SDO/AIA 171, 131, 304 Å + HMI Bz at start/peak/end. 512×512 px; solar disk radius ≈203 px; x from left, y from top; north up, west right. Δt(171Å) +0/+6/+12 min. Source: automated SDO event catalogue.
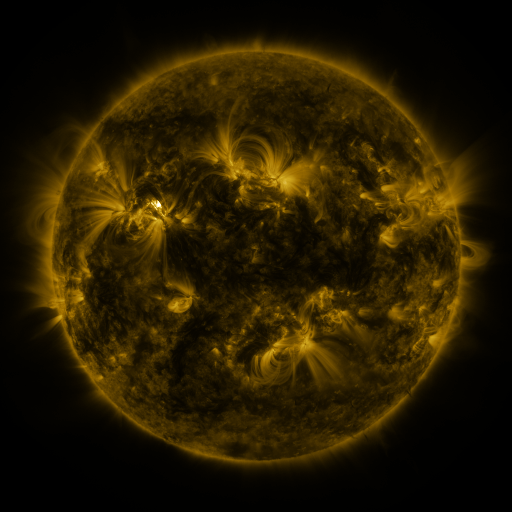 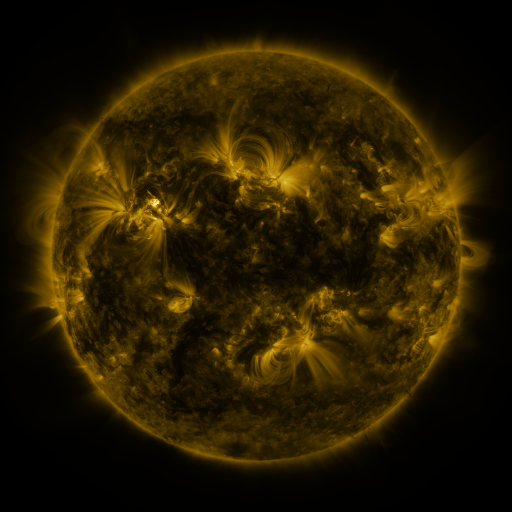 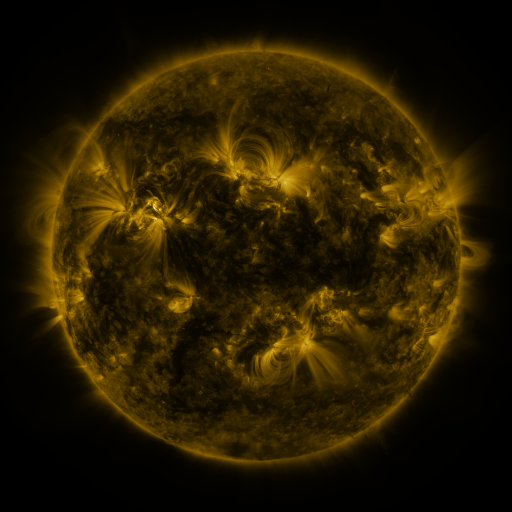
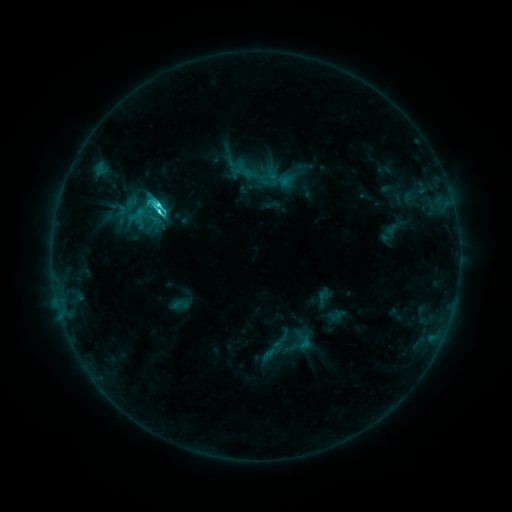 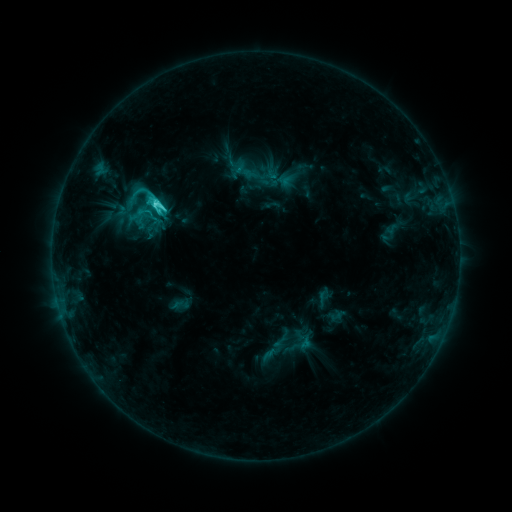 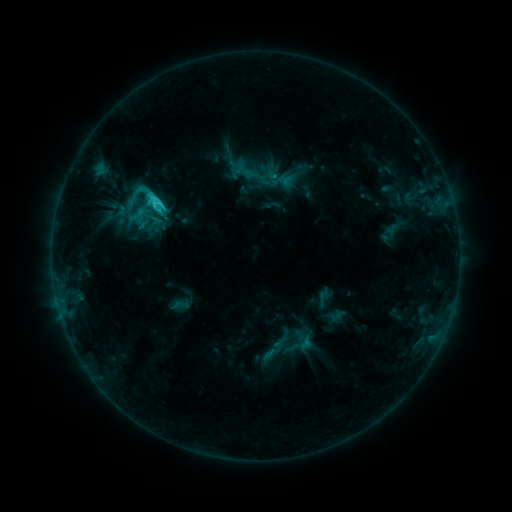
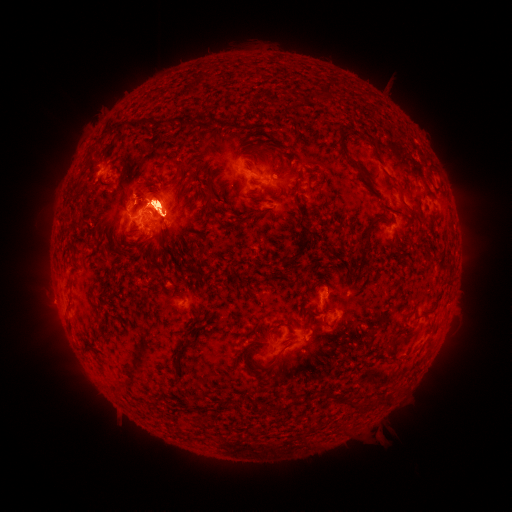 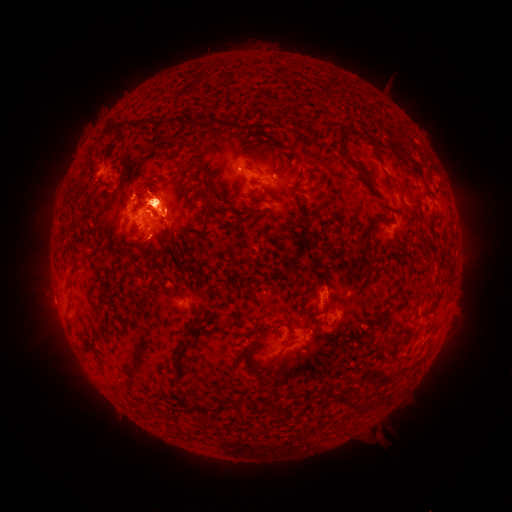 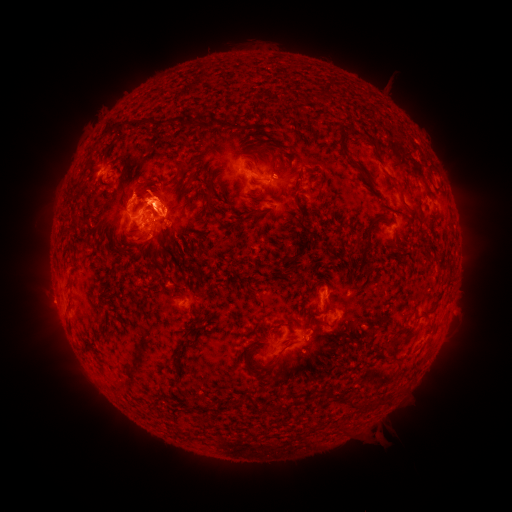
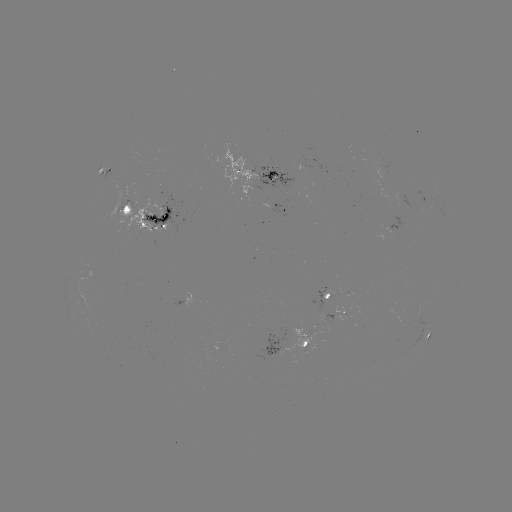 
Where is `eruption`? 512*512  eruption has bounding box [408, 278, 470, 391].